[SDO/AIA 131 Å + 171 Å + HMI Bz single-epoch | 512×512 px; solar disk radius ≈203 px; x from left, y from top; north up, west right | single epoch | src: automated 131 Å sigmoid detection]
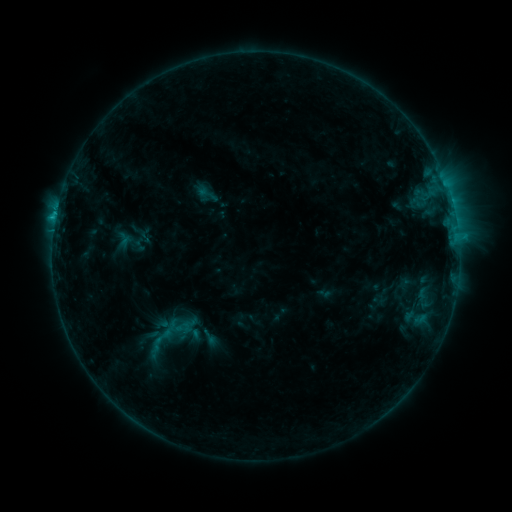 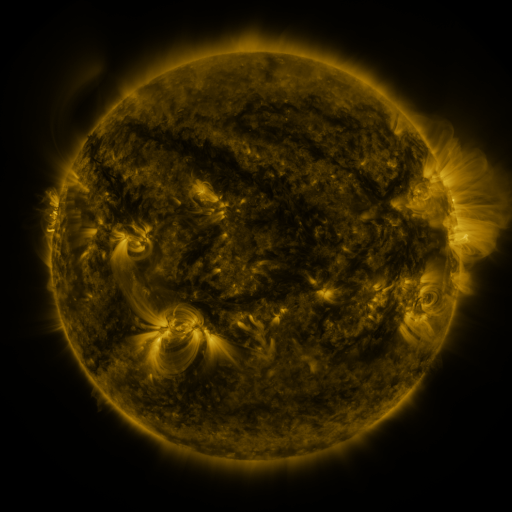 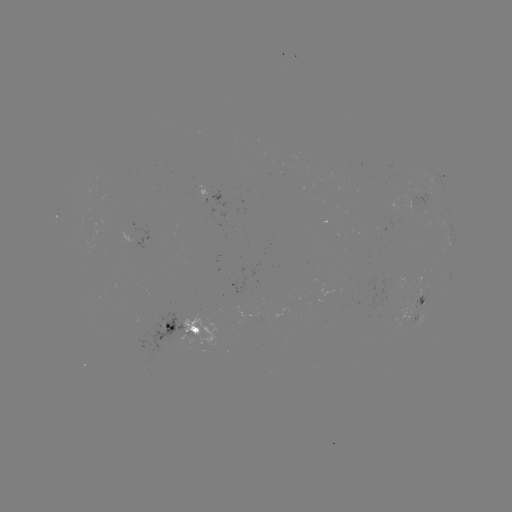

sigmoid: <bbox>148, 325, 177, 347</bbox>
